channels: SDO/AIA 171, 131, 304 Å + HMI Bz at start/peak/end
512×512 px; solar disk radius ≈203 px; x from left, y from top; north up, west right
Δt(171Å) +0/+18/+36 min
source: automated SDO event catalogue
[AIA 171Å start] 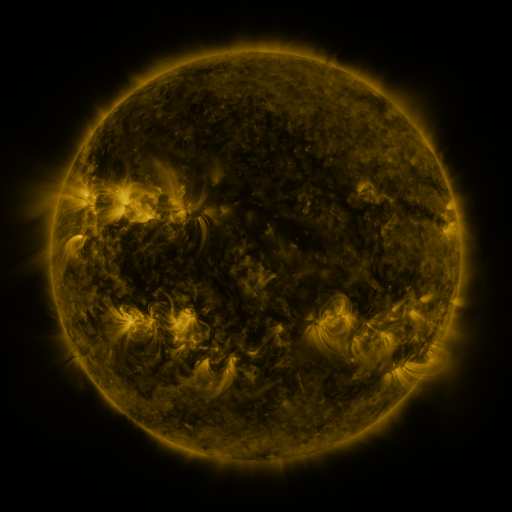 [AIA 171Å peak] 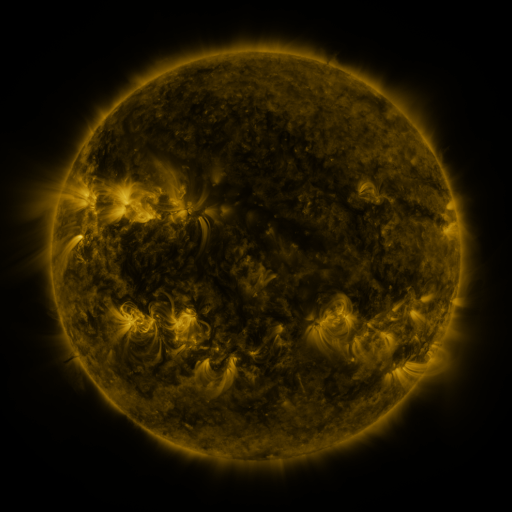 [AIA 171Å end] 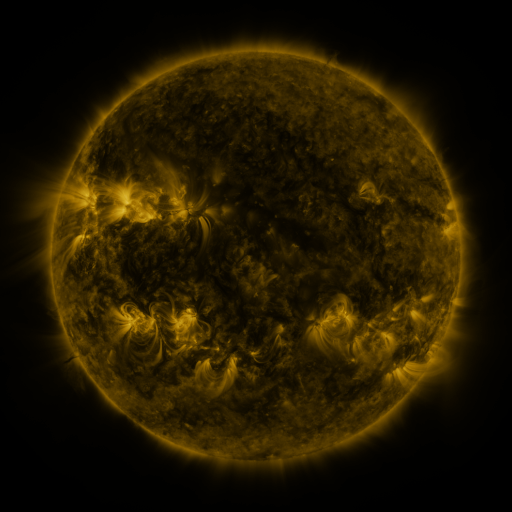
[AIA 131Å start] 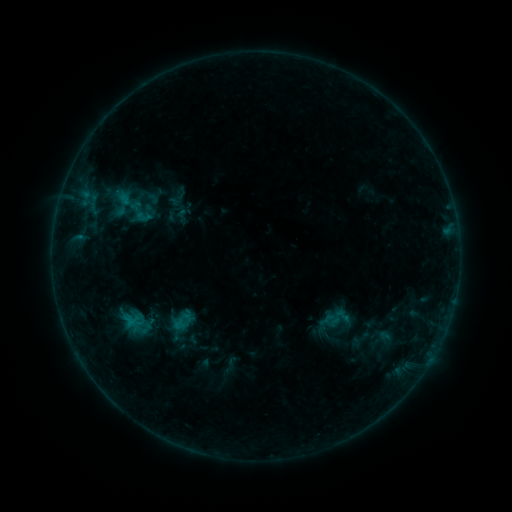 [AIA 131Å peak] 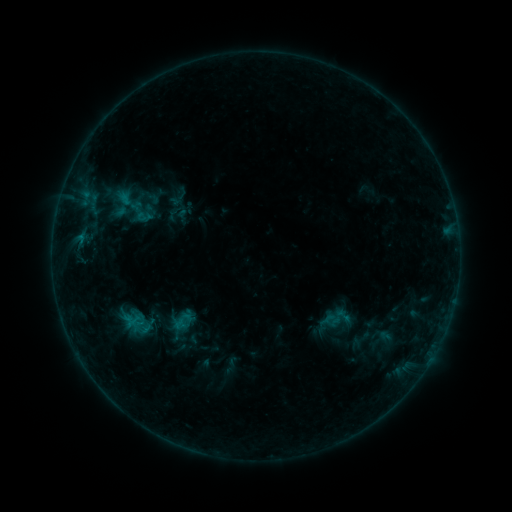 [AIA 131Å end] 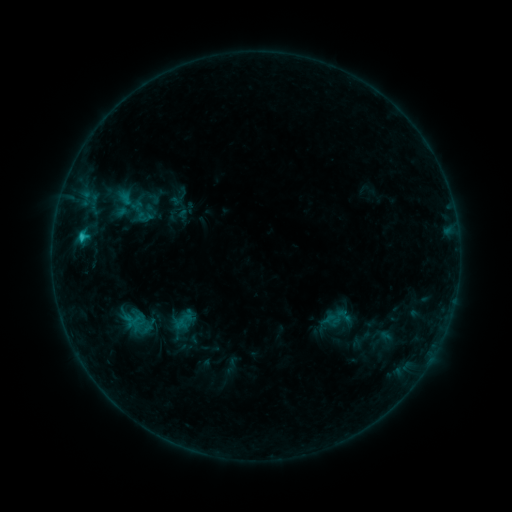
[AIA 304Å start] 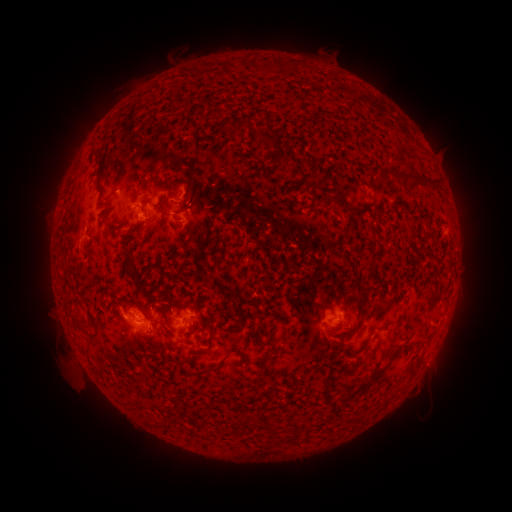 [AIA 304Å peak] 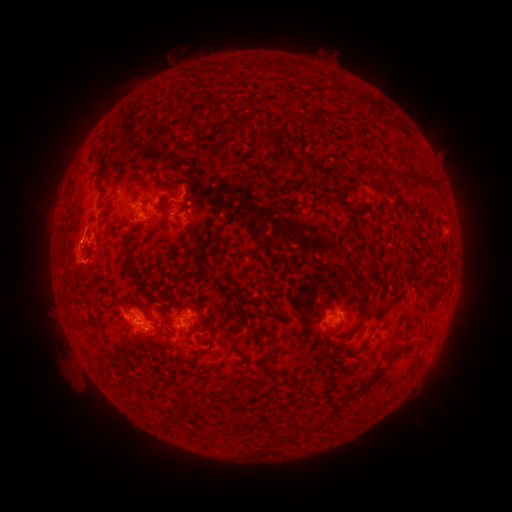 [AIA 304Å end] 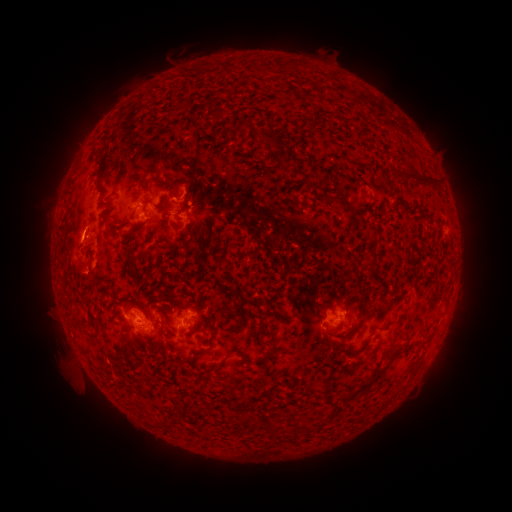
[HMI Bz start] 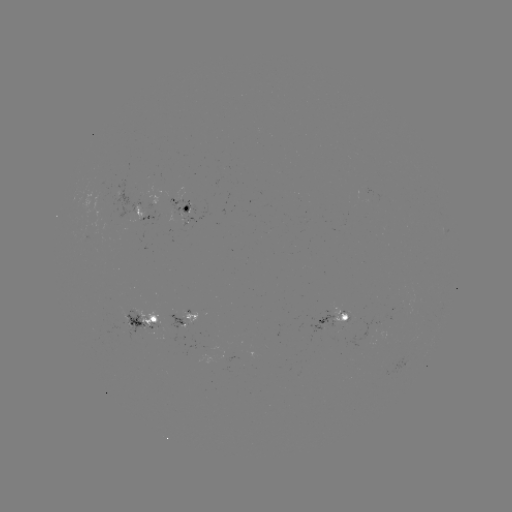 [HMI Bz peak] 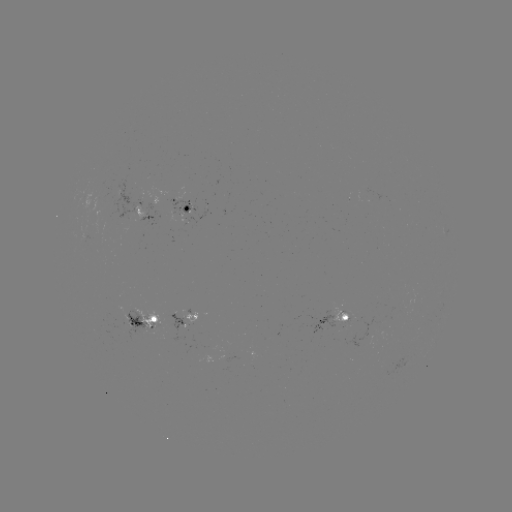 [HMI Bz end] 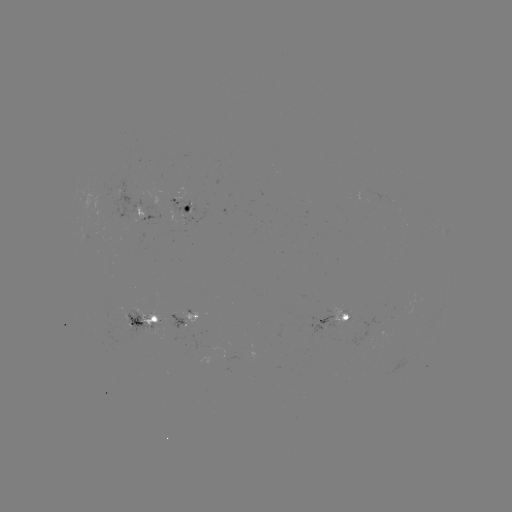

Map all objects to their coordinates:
eruption: (75, 259)
